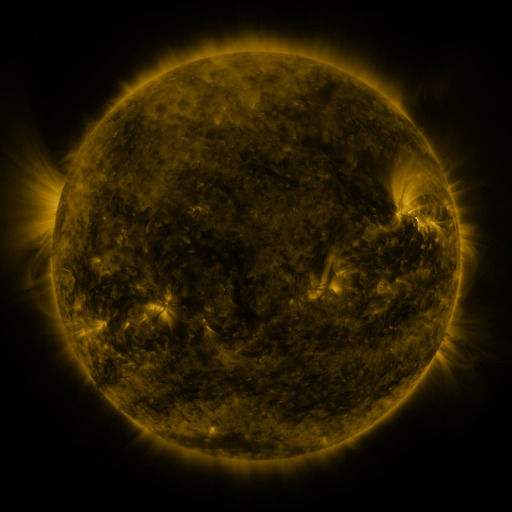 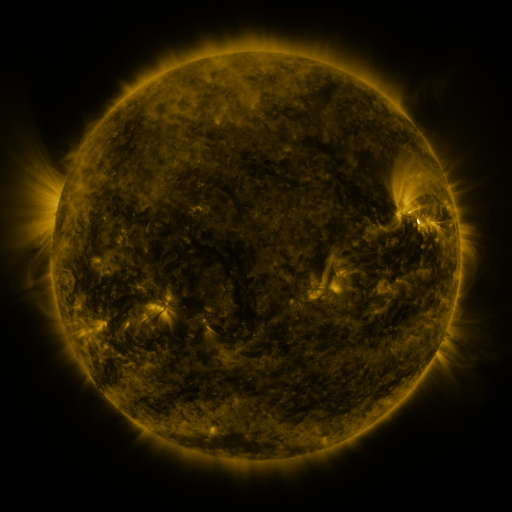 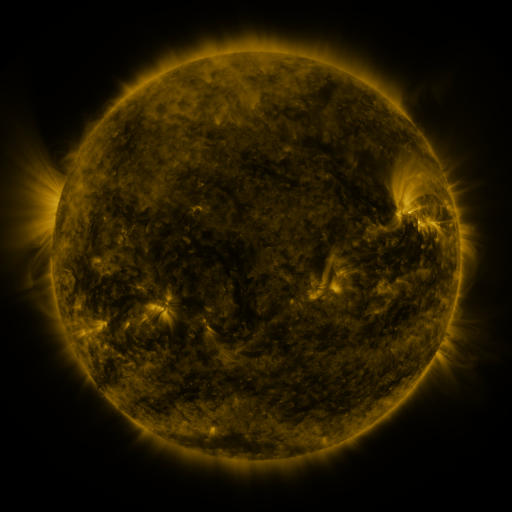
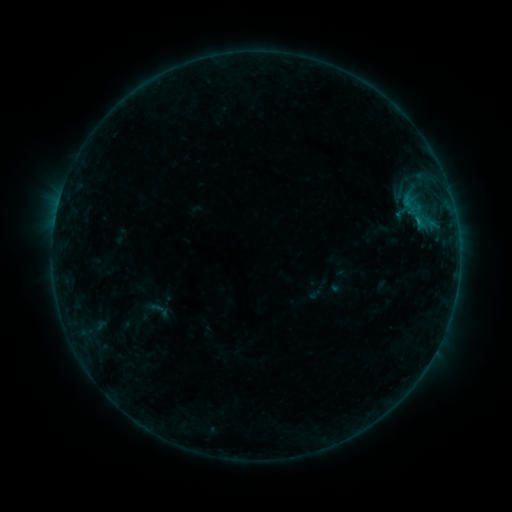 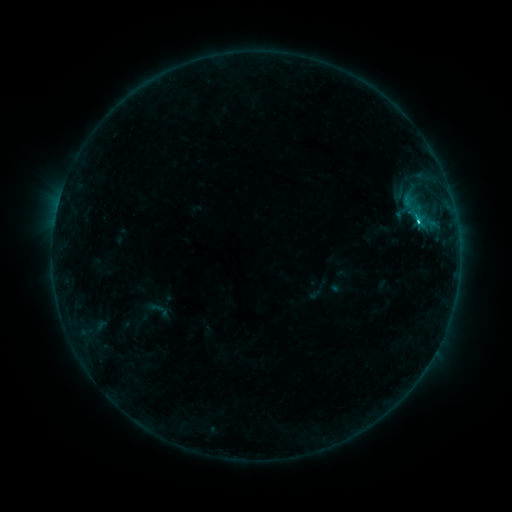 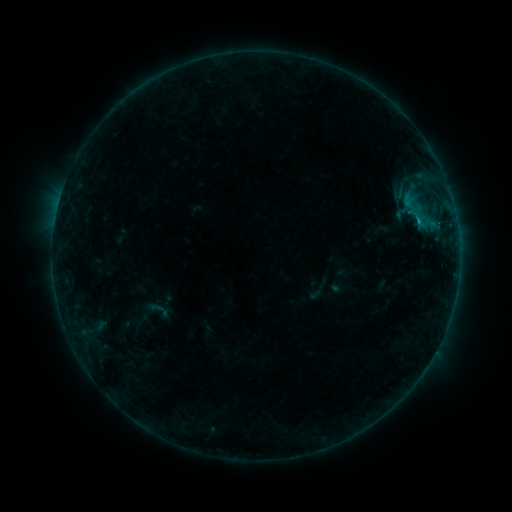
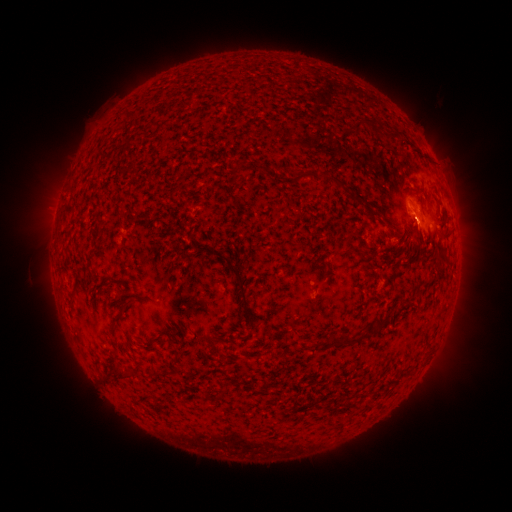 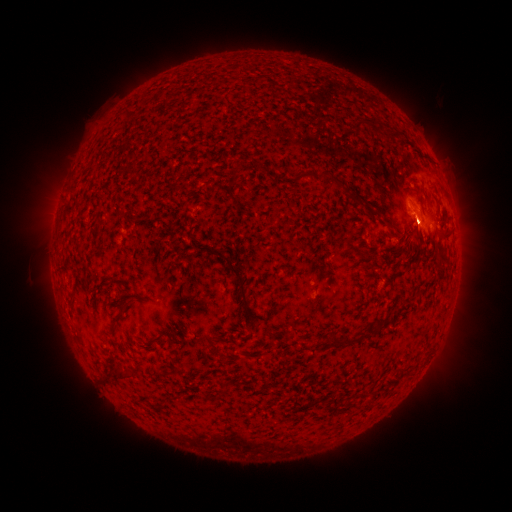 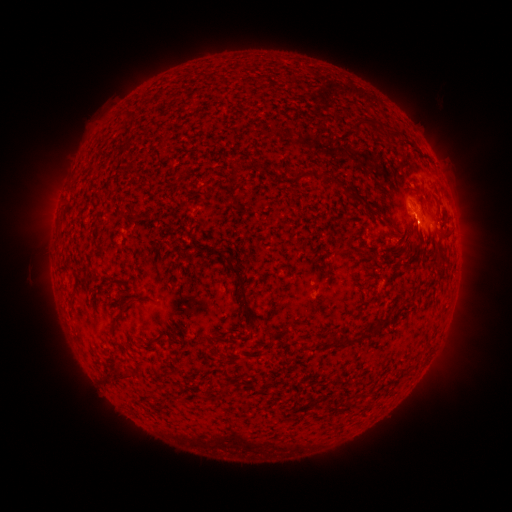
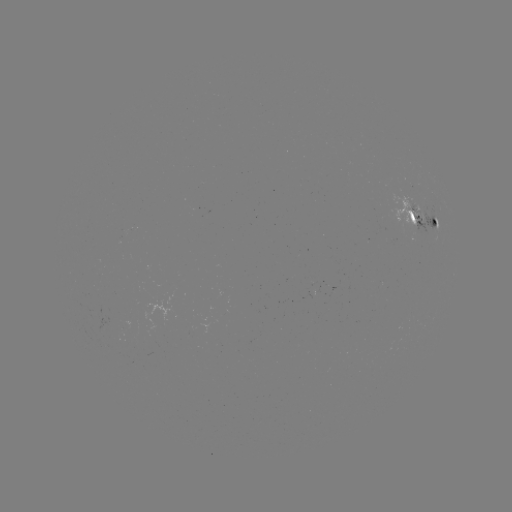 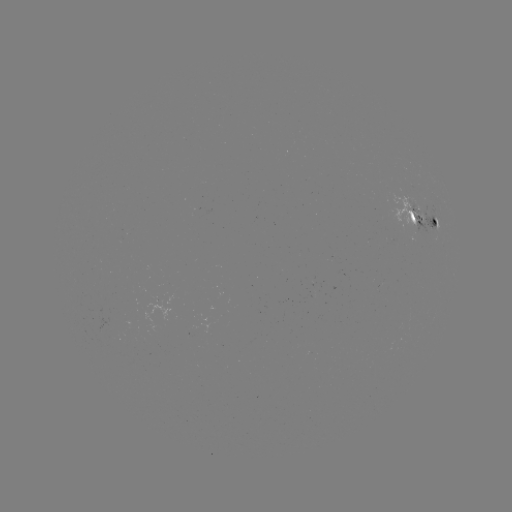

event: flare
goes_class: C1.2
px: (417, 221)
